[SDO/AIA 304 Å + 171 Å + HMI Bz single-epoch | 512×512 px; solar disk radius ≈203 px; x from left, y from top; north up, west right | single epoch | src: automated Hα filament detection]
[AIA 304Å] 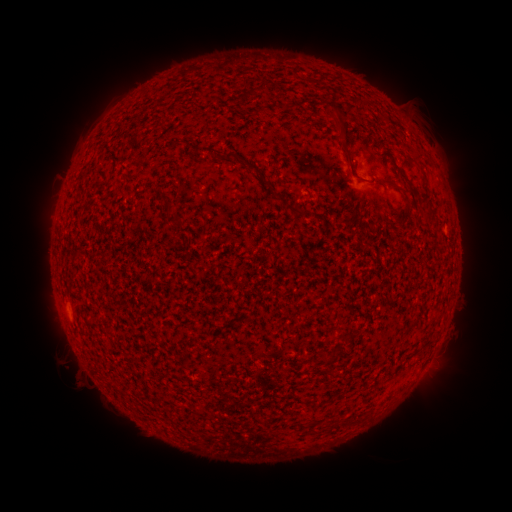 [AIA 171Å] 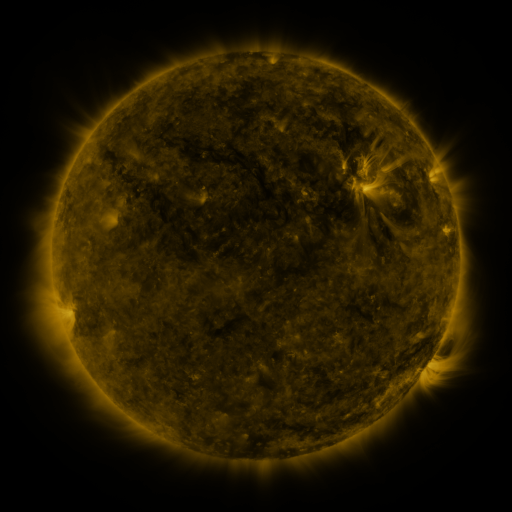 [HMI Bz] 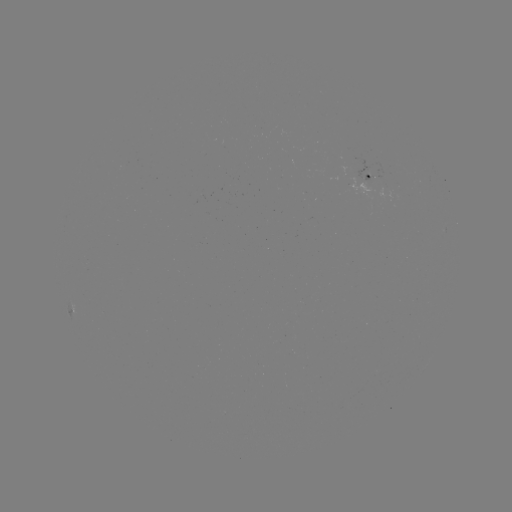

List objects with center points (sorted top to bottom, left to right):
filament: (233, 154)
filament: (255, 167)
filament: (403, 175)
filament: (363, 181)
filament: (268, 184)
filament: (296, 209)
filament: (178, 221)
filament: (428, 345)
